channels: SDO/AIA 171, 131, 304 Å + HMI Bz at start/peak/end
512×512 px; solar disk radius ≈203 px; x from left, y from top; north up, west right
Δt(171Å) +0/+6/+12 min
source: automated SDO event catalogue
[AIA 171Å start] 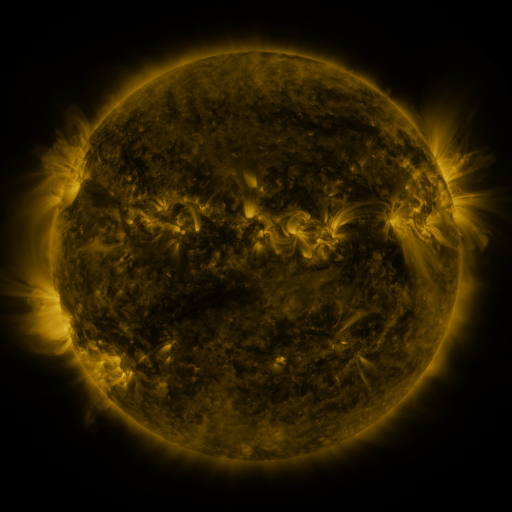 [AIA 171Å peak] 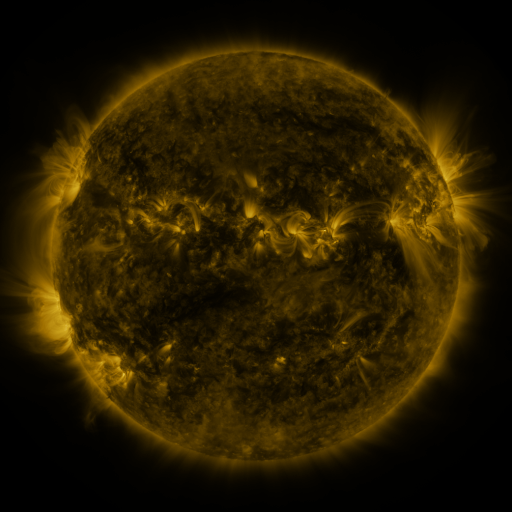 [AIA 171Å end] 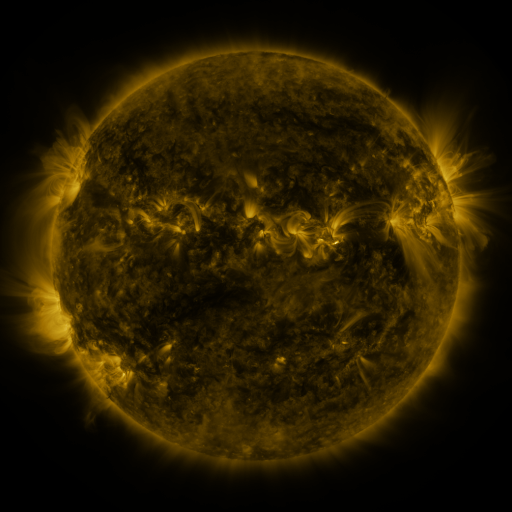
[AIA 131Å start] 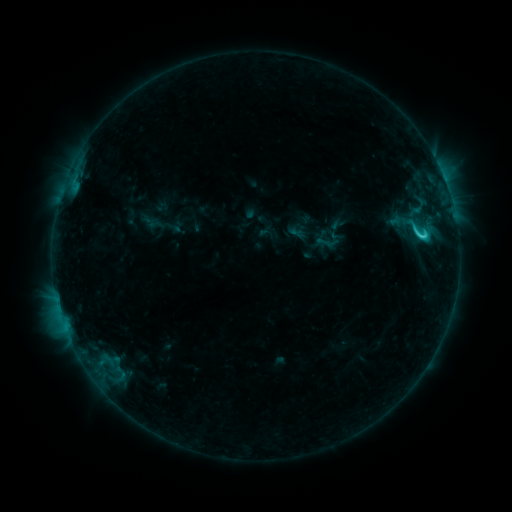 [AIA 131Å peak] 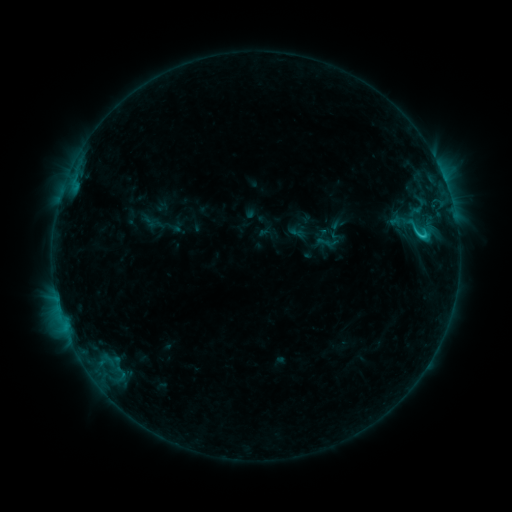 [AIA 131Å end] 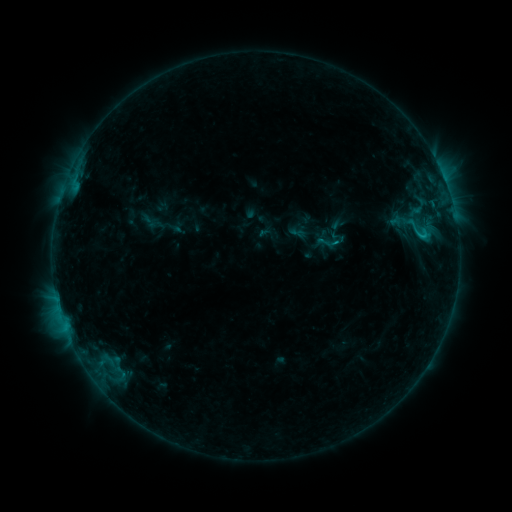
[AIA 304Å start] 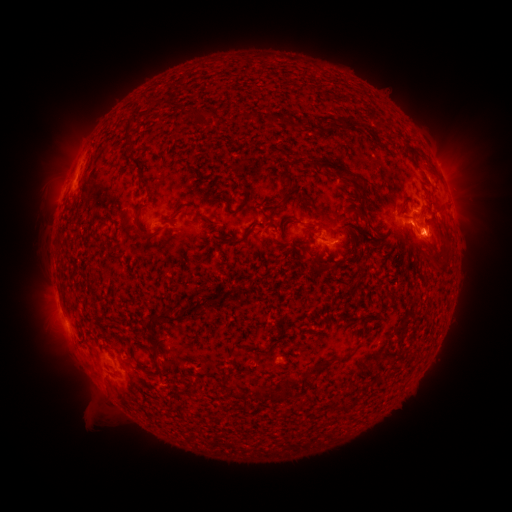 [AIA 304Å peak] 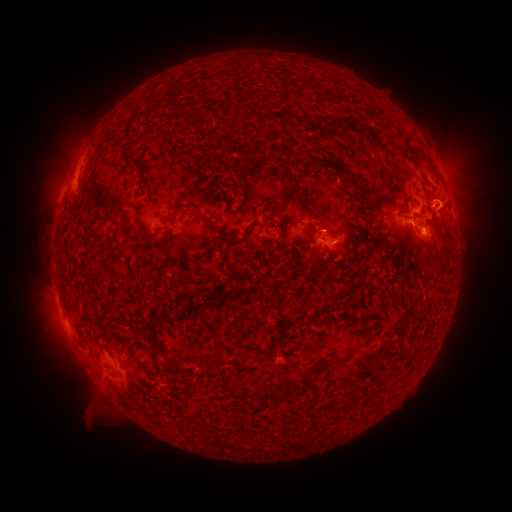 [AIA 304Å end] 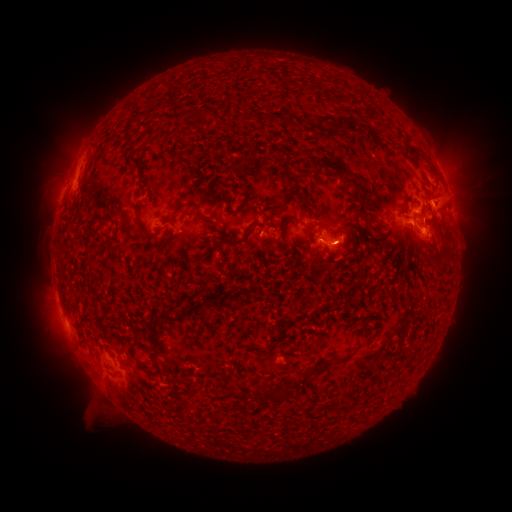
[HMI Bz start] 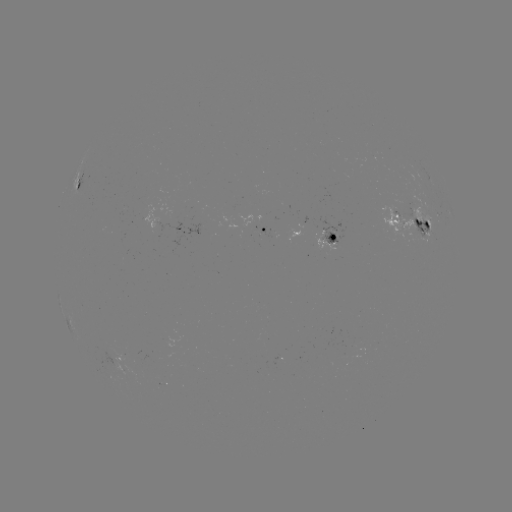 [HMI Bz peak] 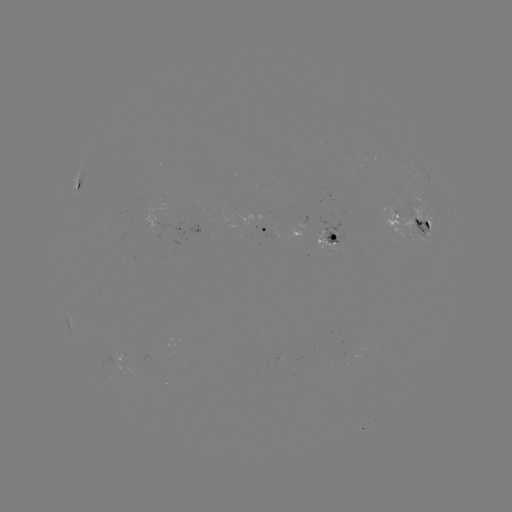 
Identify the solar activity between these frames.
eruption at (450, 196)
